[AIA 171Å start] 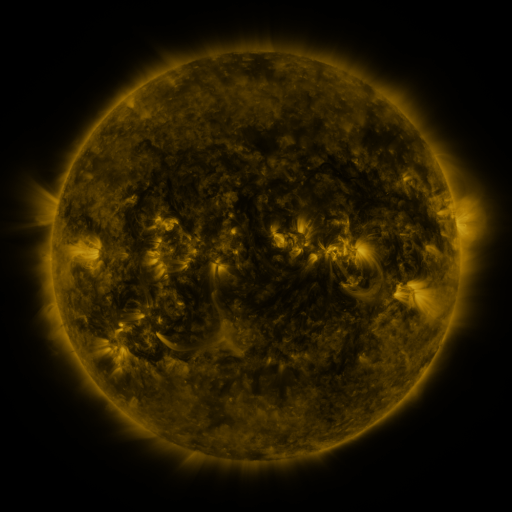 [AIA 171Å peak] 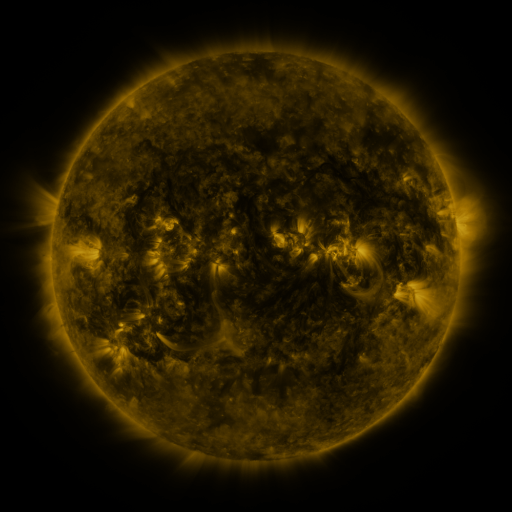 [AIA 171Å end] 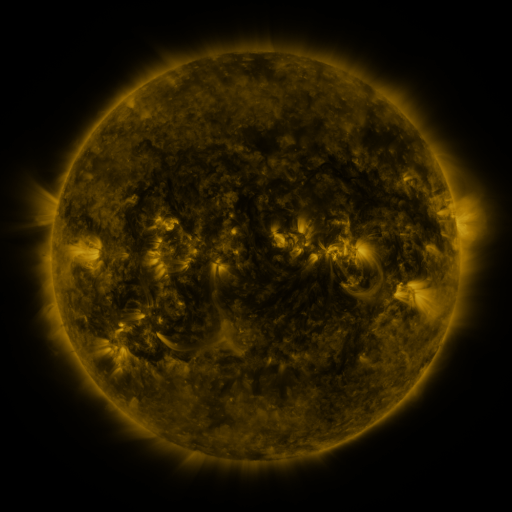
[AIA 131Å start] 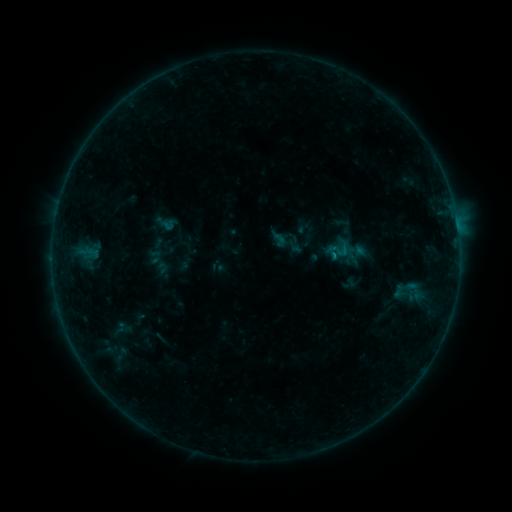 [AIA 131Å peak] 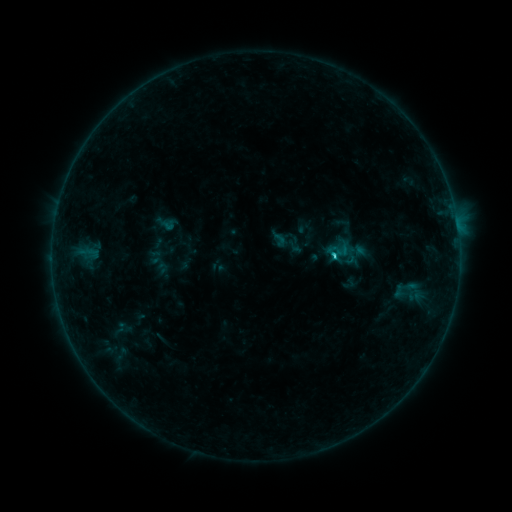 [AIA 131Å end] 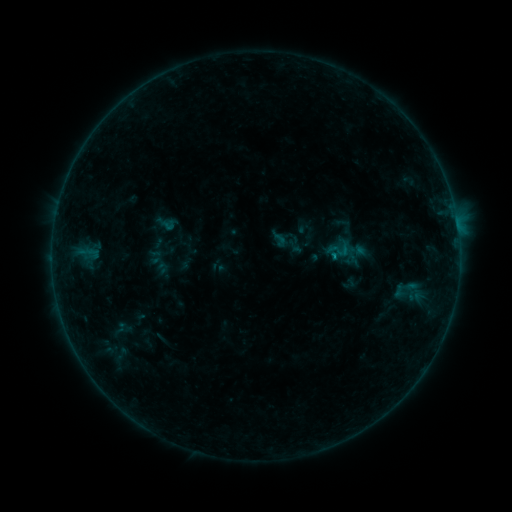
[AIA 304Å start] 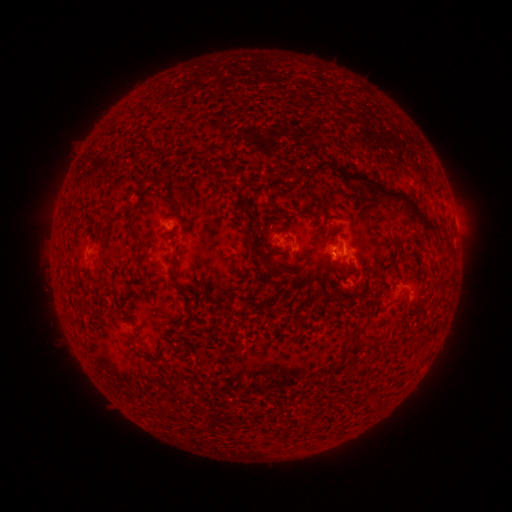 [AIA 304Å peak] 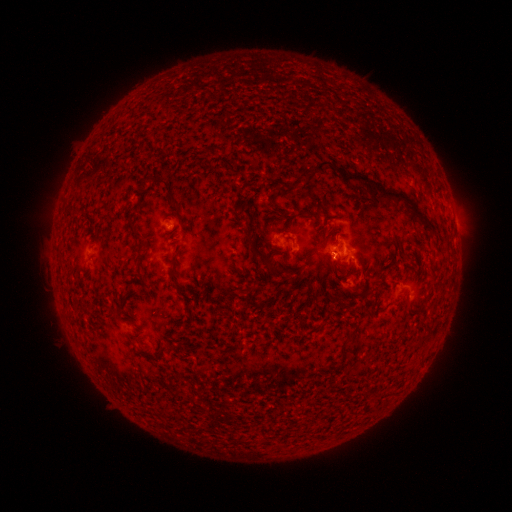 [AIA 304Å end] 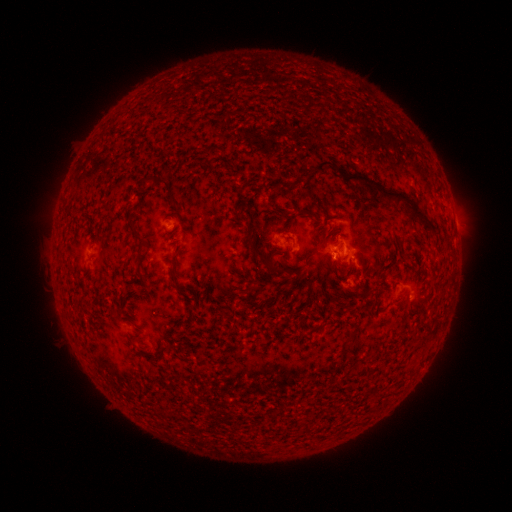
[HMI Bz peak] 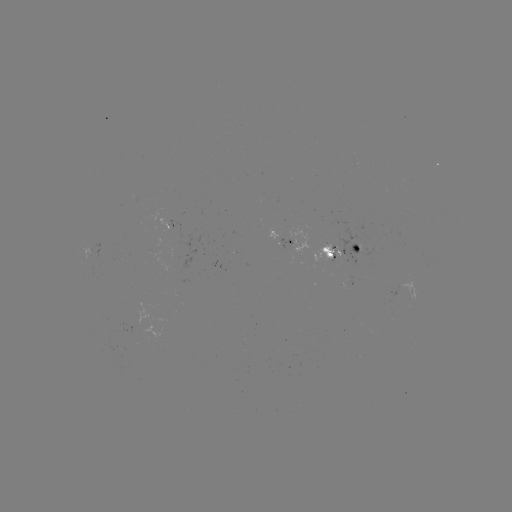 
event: flare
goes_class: B8.3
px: (332, 258)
